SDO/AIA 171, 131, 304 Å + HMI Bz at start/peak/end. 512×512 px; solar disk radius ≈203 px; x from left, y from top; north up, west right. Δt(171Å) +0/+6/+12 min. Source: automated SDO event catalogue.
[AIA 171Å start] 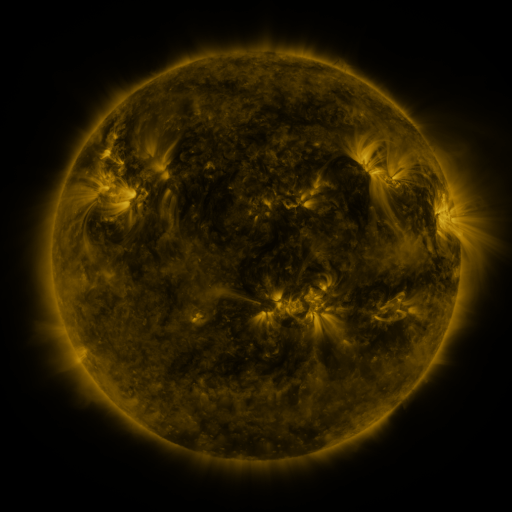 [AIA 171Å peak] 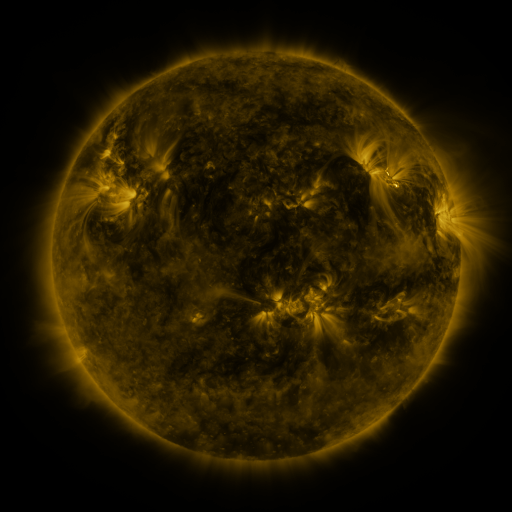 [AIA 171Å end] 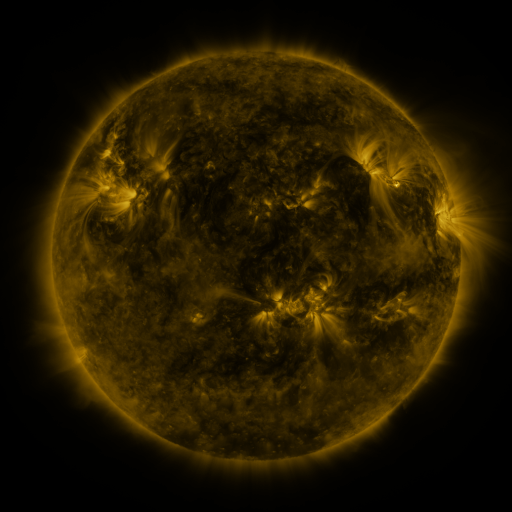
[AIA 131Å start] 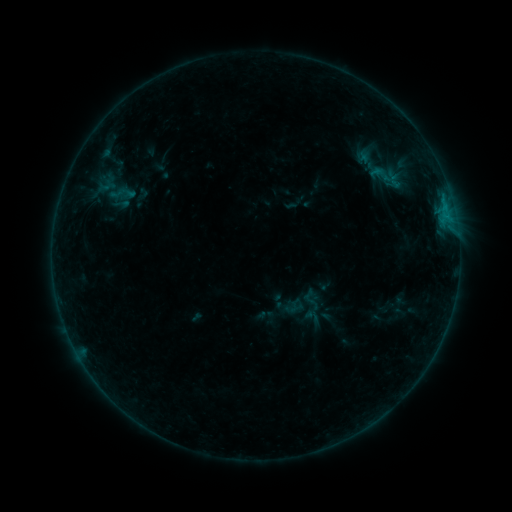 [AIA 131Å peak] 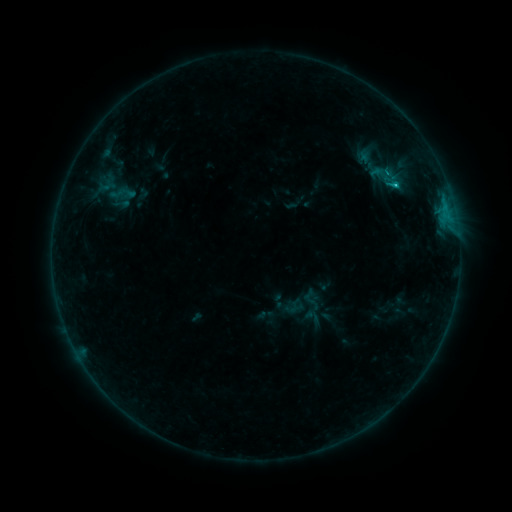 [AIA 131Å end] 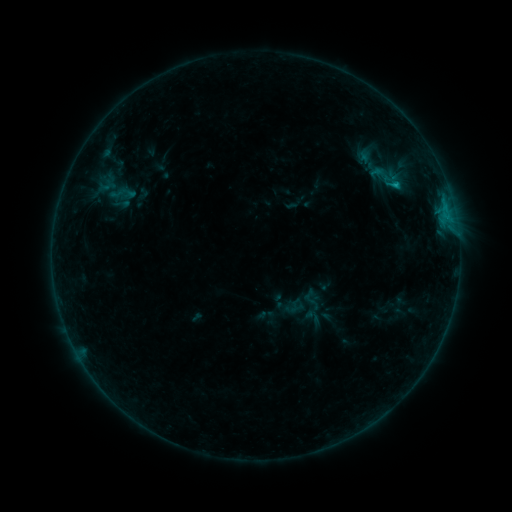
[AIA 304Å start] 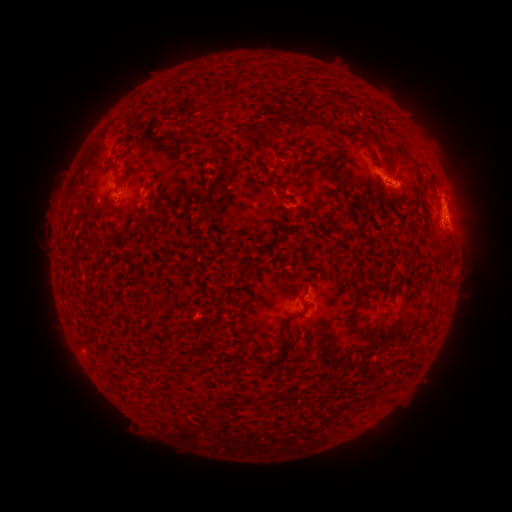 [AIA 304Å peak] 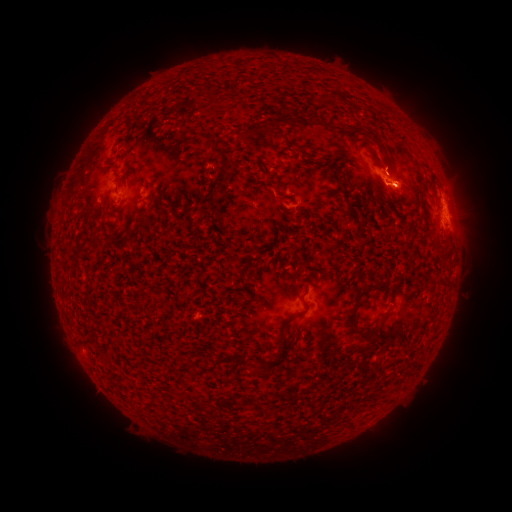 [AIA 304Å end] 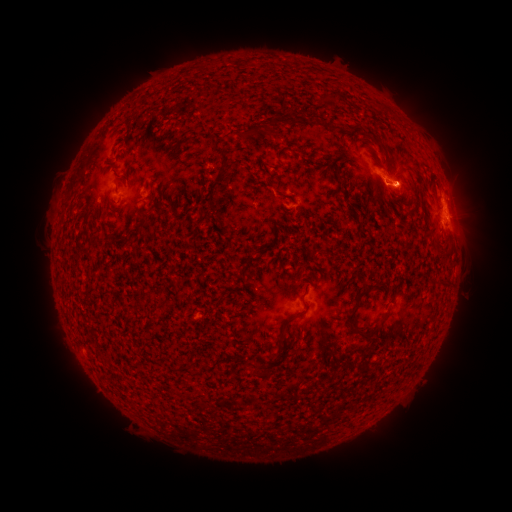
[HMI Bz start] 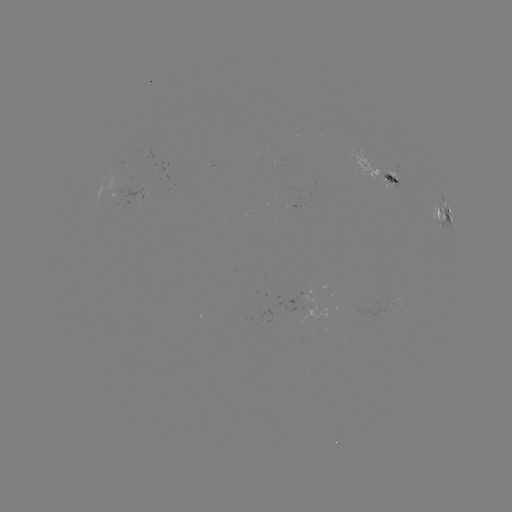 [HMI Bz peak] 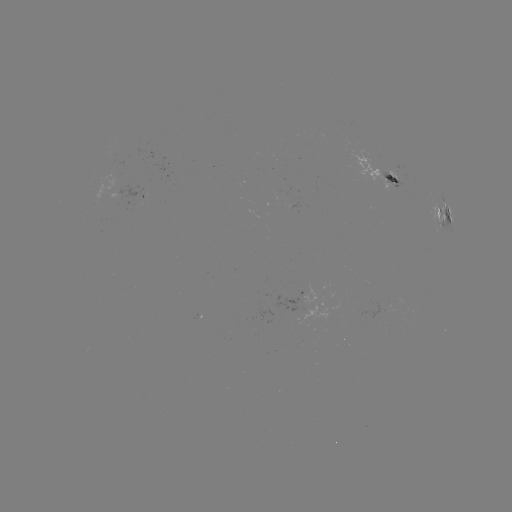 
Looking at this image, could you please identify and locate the B8.7 flare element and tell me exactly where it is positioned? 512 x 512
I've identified B8.7 flare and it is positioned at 395,186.